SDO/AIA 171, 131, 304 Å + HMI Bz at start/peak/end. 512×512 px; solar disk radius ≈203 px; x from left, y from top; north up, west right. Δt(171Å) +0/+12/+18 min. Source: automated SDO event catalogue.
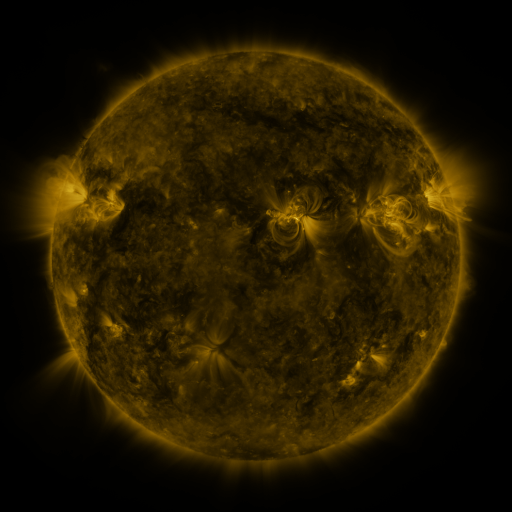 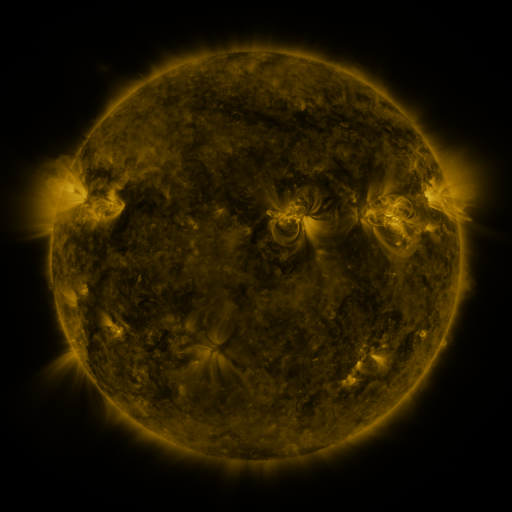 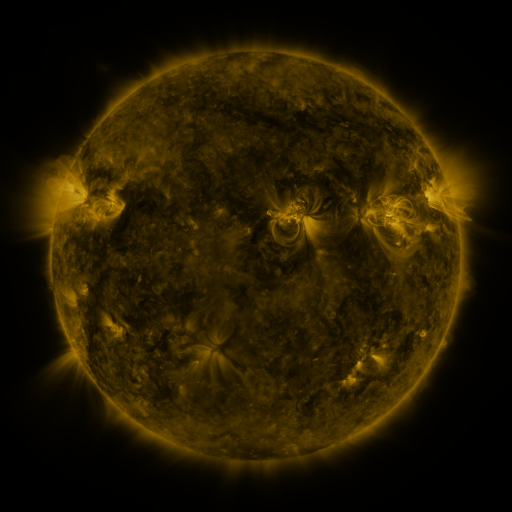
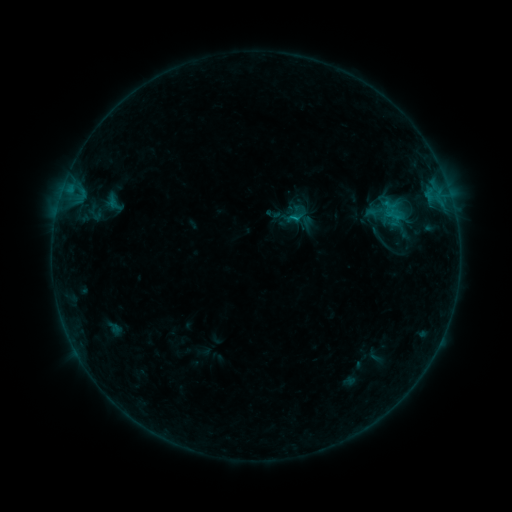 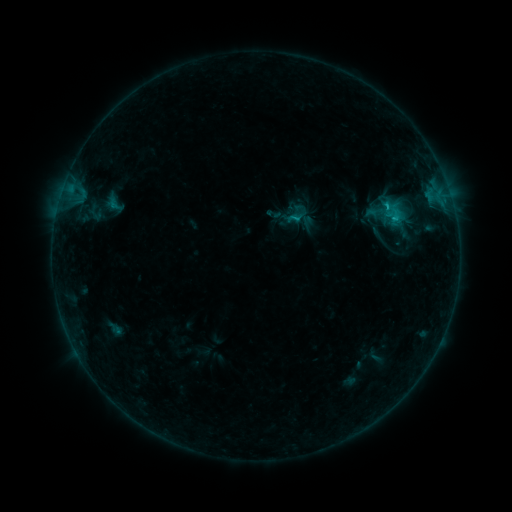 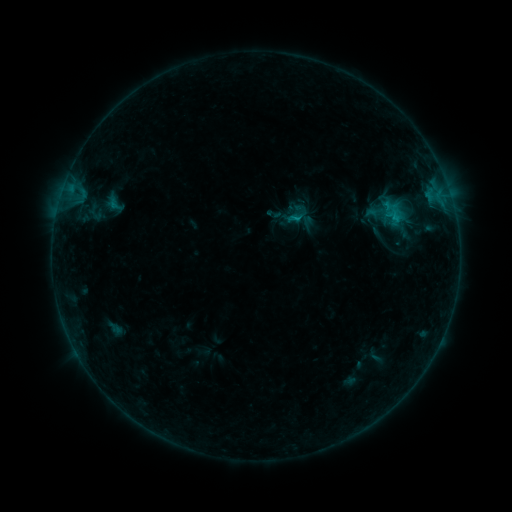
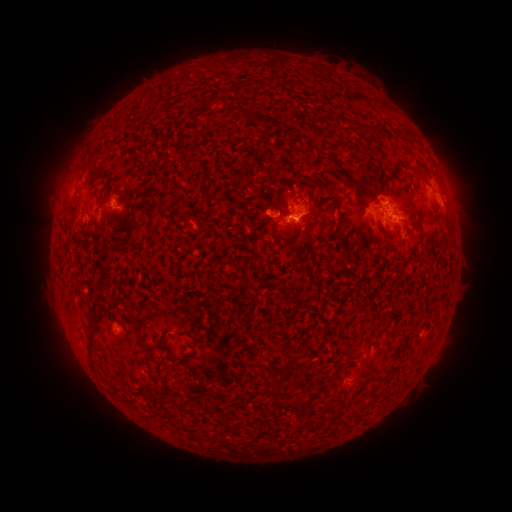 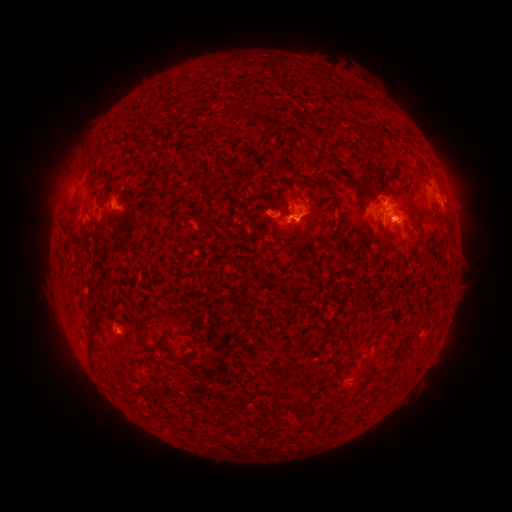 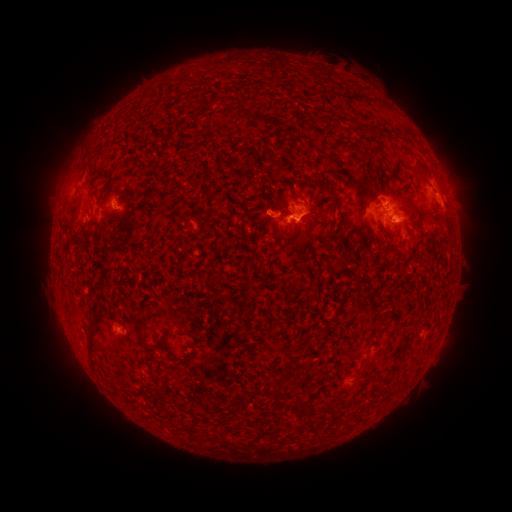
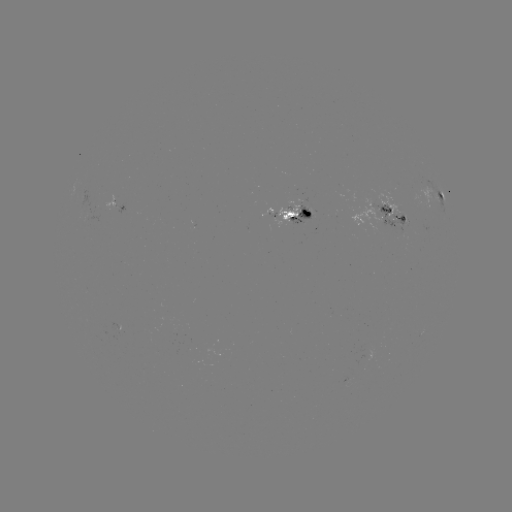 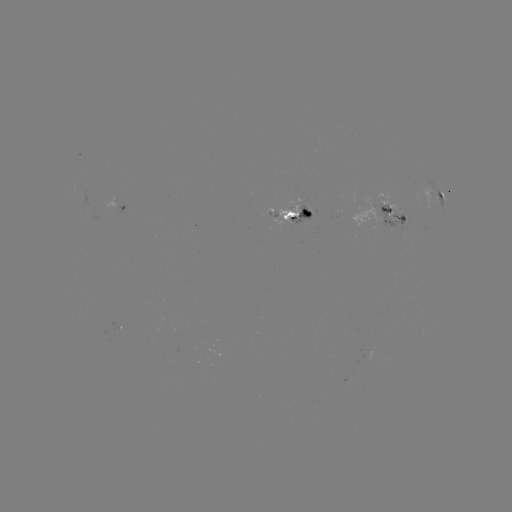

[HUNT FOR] C1.0 flare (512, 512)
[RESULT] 393,221